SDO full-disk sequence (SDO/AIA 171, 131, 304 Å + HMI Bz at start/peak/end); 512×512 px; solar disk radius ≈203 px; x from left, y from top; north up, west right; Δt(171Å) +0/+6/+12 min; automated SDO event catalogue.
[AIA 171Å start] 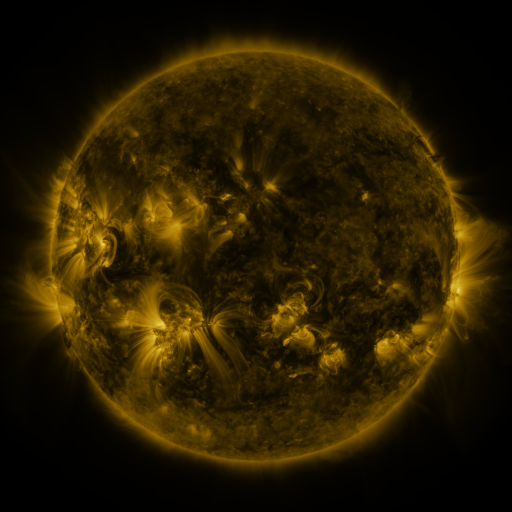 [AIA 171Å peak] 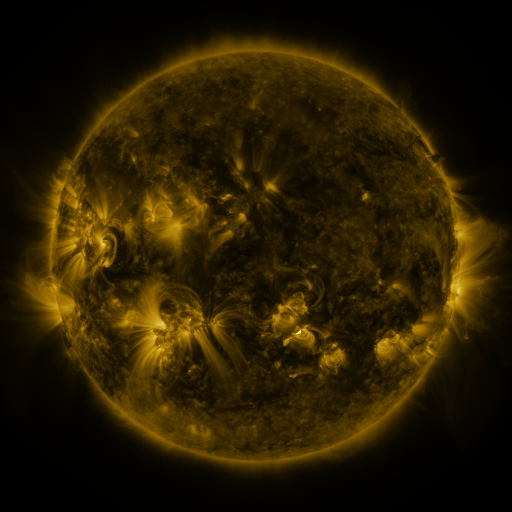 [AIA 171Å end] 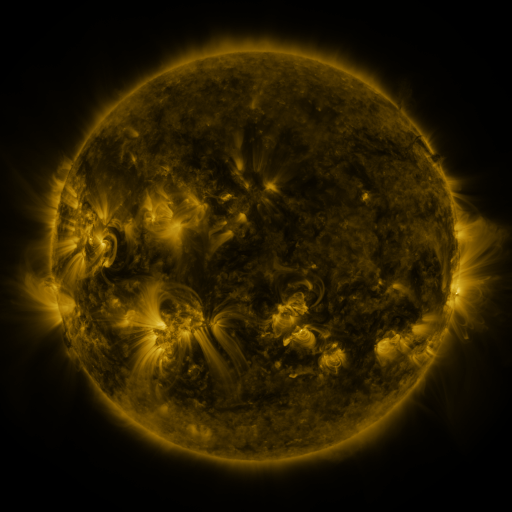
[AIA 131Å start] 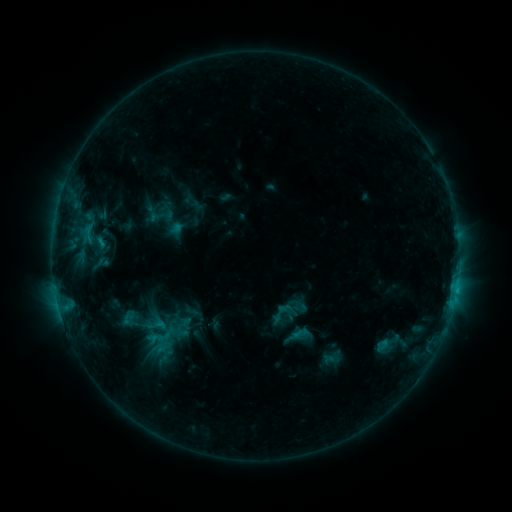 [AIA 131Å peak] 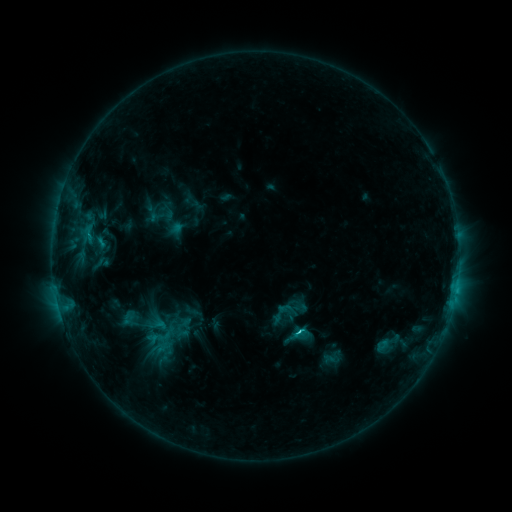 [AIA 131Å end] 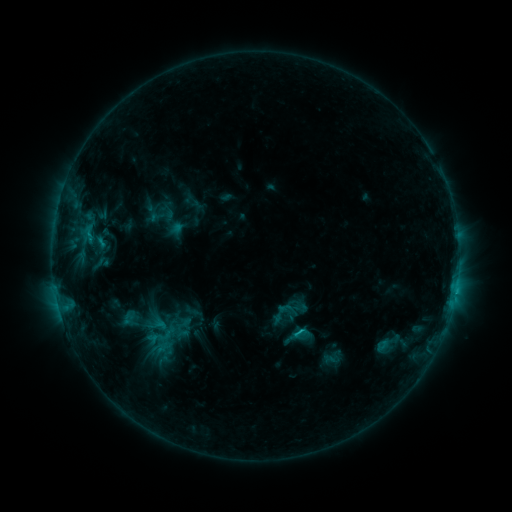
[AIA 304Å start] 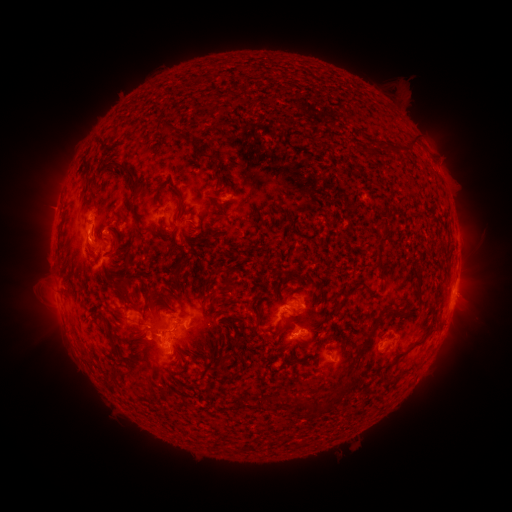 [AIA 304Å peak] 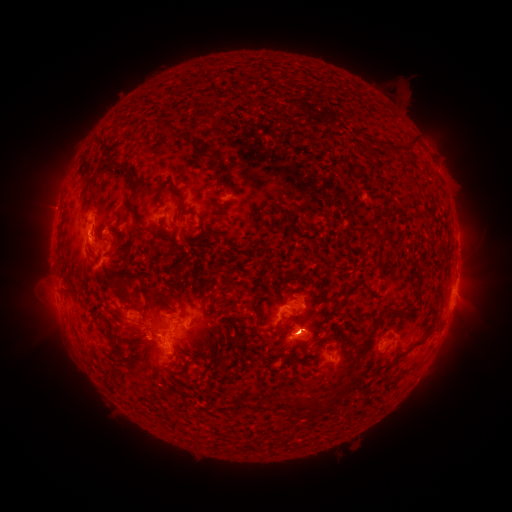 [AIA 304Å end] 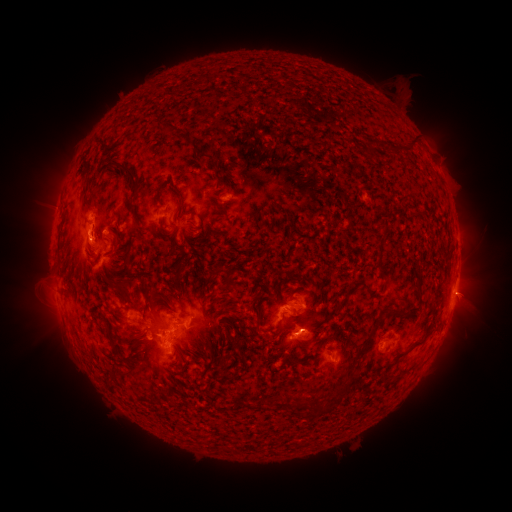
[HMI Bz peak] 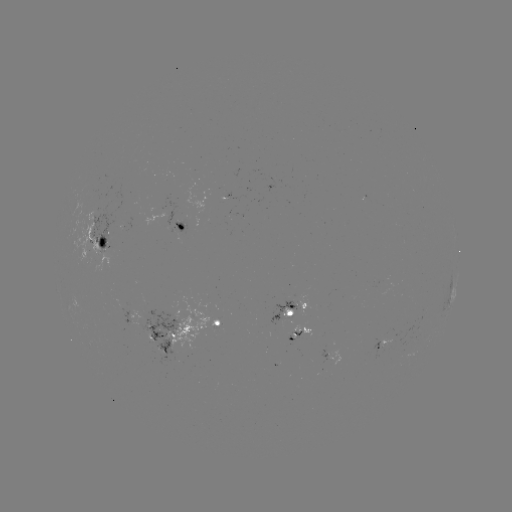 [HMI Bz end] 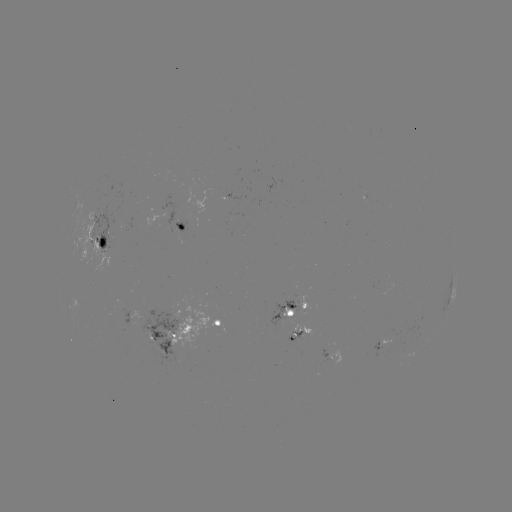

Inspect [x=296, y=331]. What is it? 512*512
C1.7 flare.